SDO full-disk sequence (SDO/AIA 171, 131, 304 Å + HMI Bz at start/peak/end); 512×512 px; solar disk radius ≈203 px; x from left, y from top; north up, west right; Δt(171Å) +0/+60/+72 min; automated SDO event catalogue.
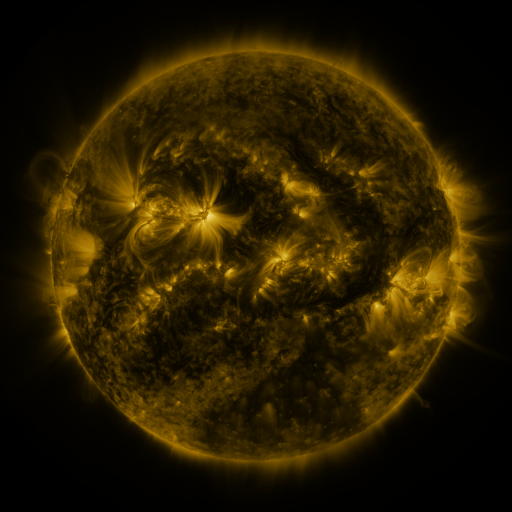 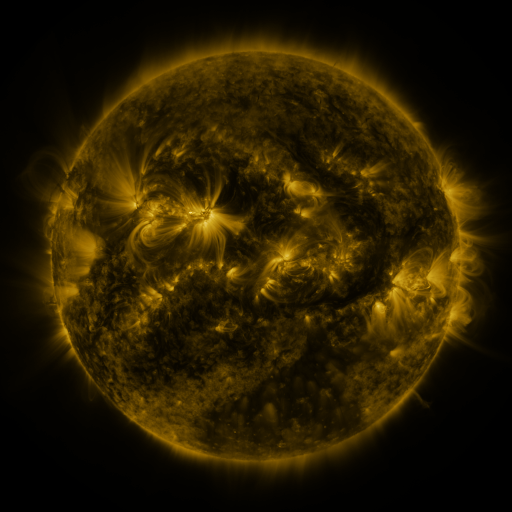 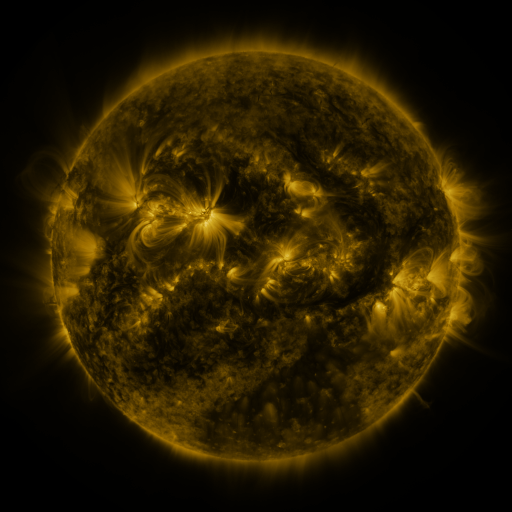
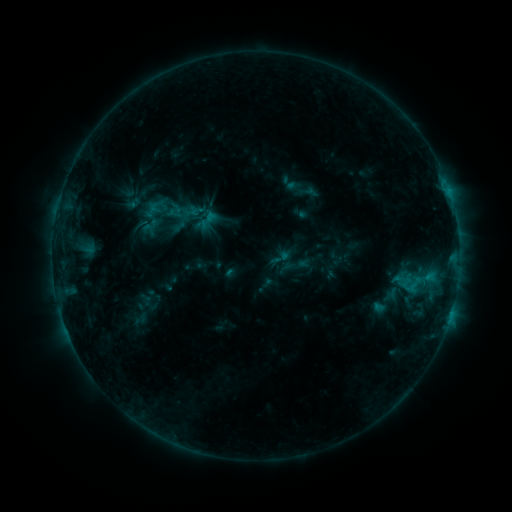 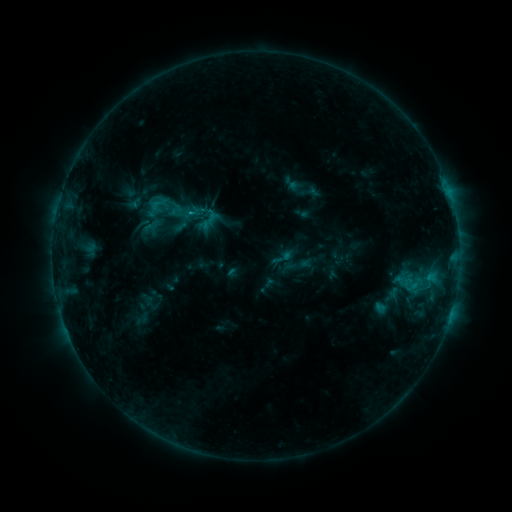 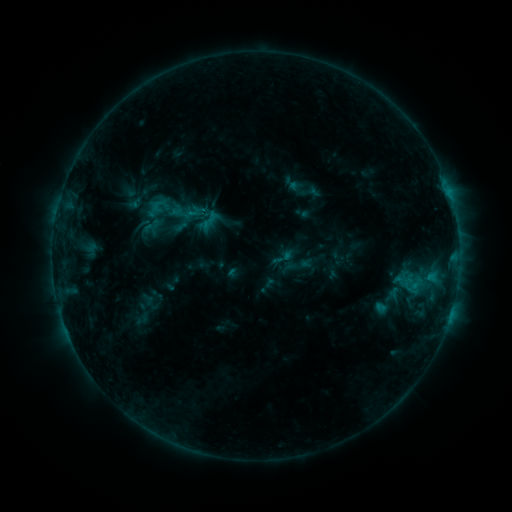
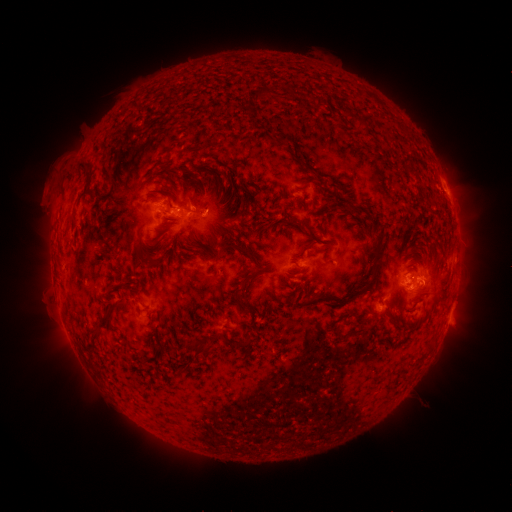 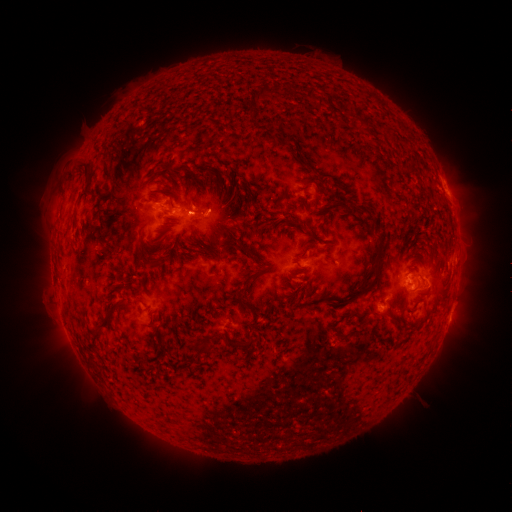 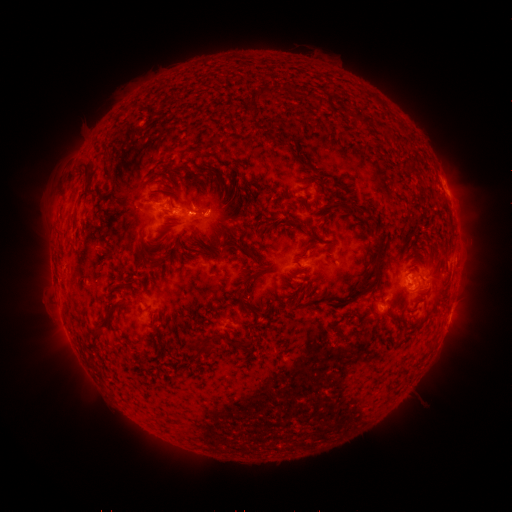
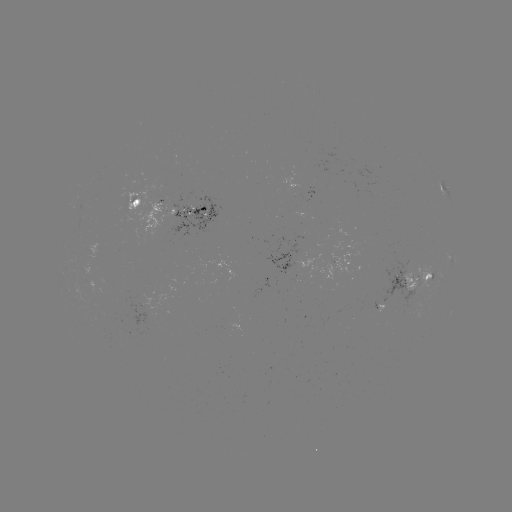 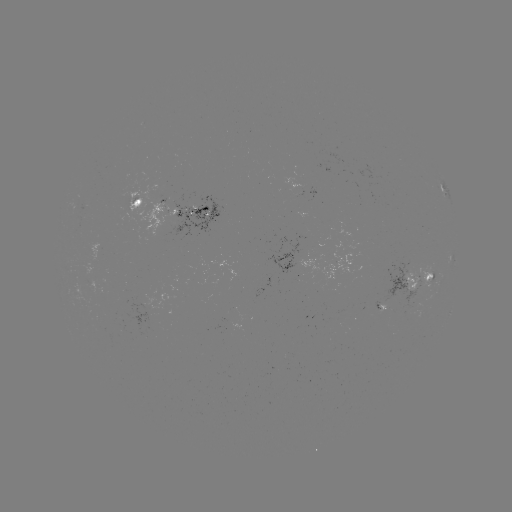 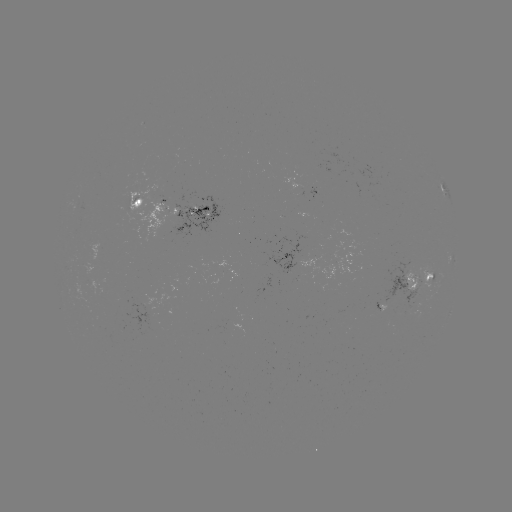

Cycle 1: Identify emerging-flux region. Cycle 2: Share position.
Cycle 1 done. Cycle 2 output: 409,299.